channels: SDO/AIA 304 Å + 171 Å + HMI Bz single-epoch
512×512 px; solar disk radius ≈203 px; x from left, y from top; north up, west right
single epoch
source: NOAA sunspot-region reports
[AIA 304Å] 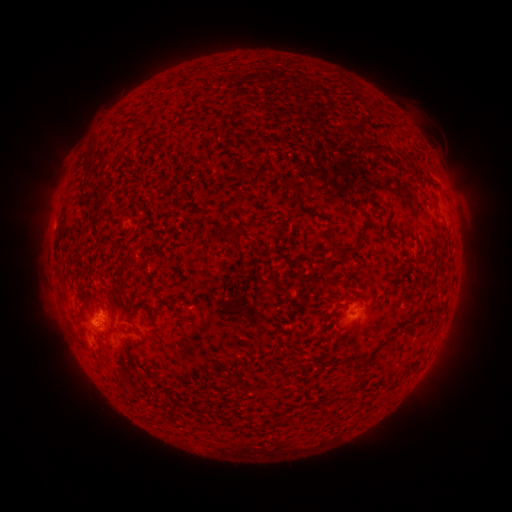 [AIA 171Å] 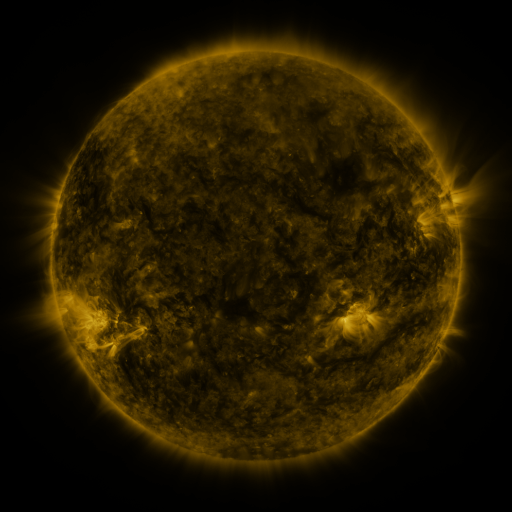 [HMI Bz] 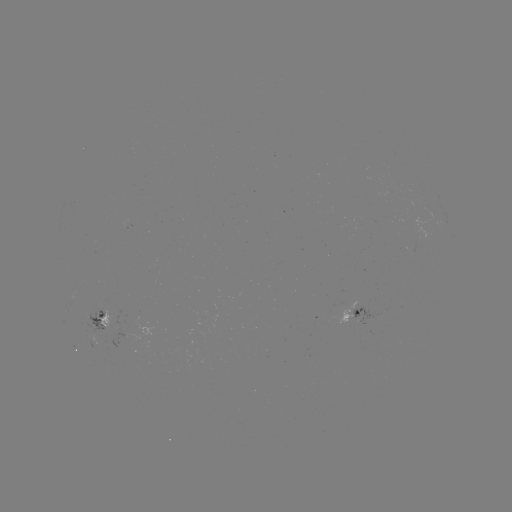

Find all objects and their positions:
spotted active region: (356, 311)
spotted active region: (103, 313)
